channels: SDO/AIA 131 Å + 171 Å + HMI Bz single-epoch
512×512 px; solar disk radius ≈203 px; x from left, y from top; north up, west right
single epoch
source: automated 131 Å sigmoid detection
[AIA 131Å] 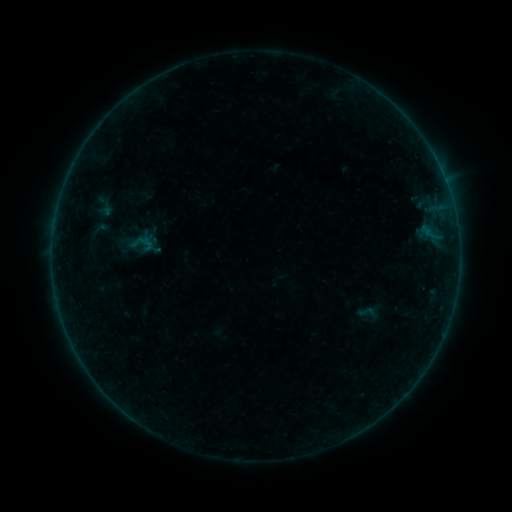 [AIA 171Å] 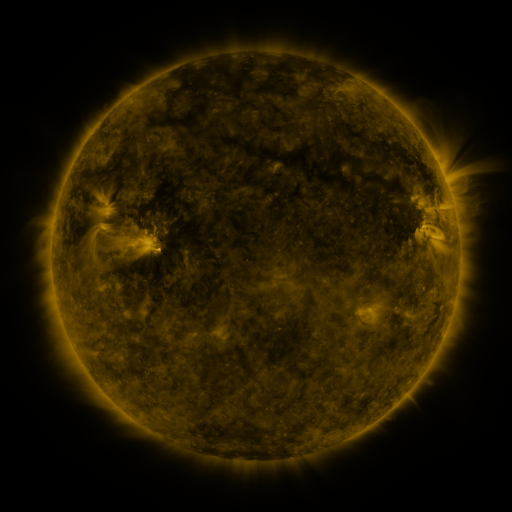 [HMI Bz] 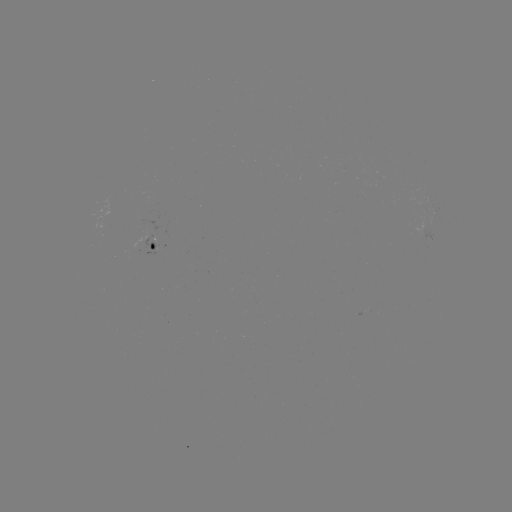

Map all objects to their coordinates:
sigmoid: <bbox>91, 217, 110, 240</bbox>
sigmoid: <bbox>358, 303, 375, 320</bbox>
